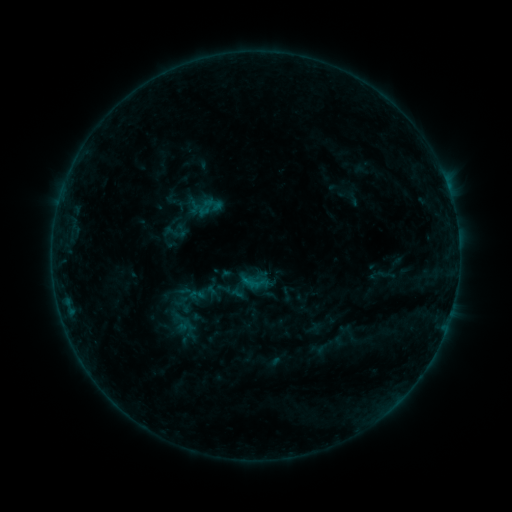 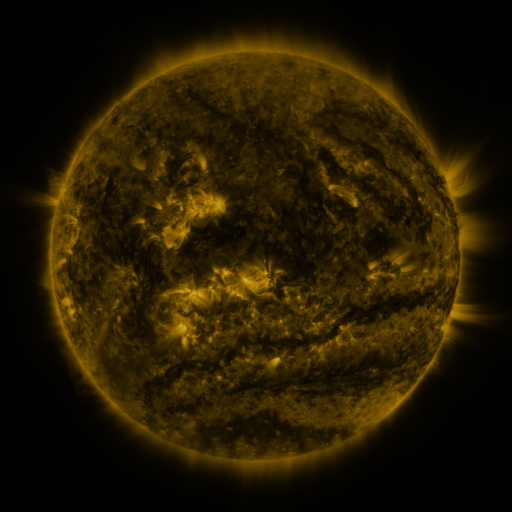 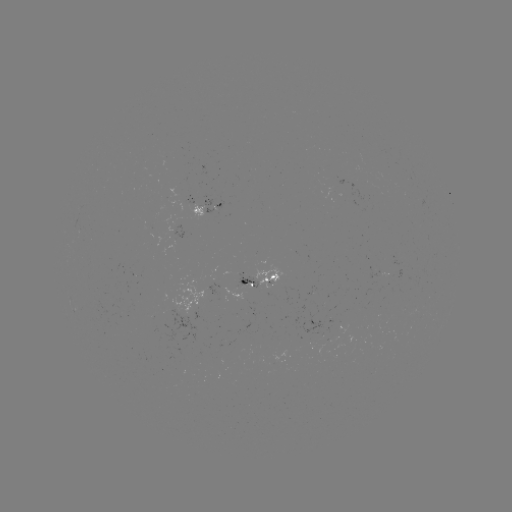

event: sigmoid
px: (175, 233)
